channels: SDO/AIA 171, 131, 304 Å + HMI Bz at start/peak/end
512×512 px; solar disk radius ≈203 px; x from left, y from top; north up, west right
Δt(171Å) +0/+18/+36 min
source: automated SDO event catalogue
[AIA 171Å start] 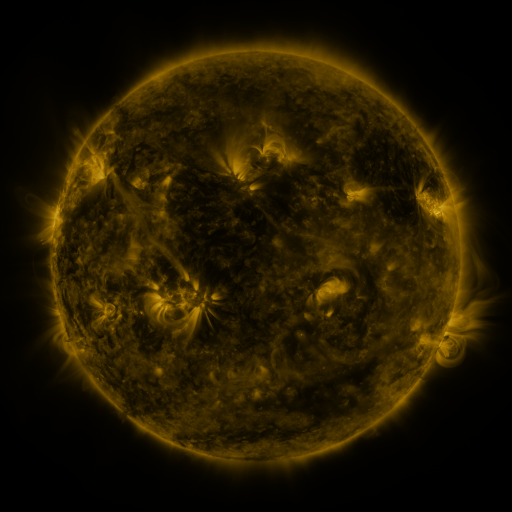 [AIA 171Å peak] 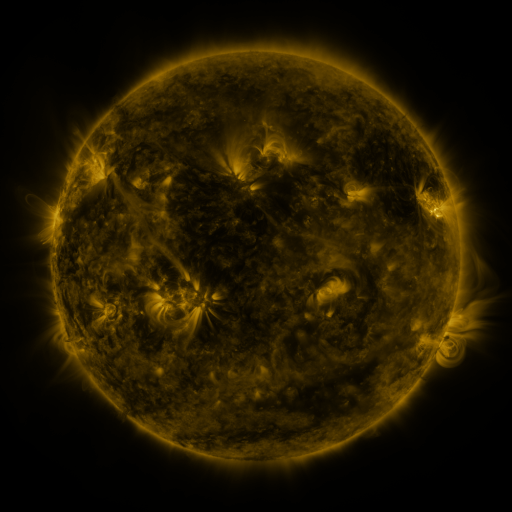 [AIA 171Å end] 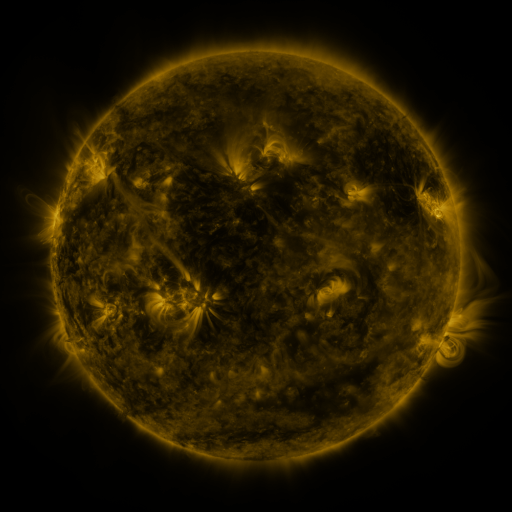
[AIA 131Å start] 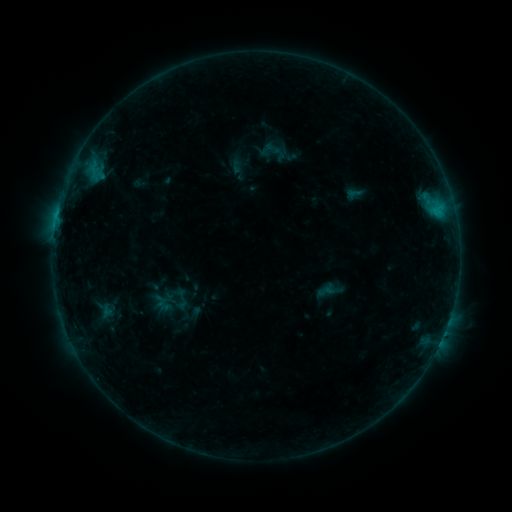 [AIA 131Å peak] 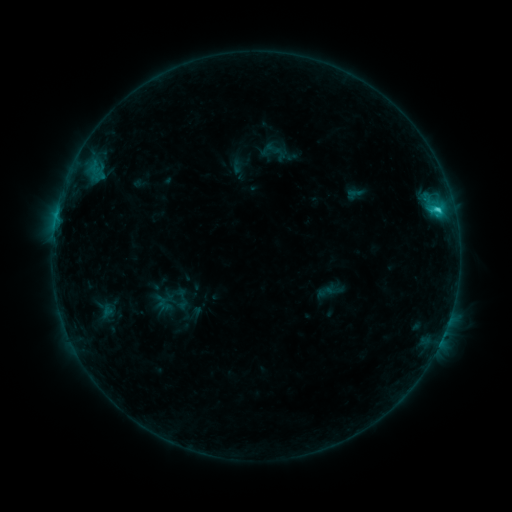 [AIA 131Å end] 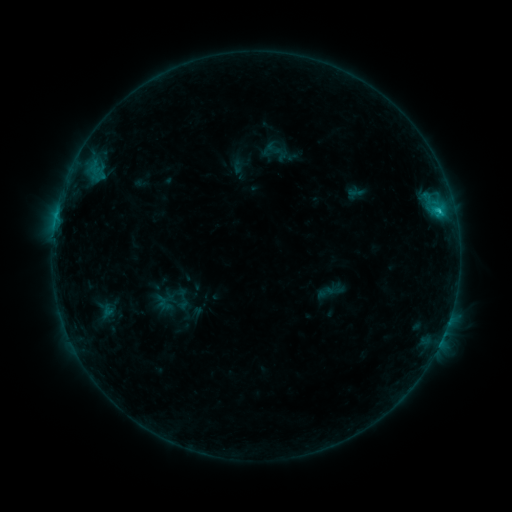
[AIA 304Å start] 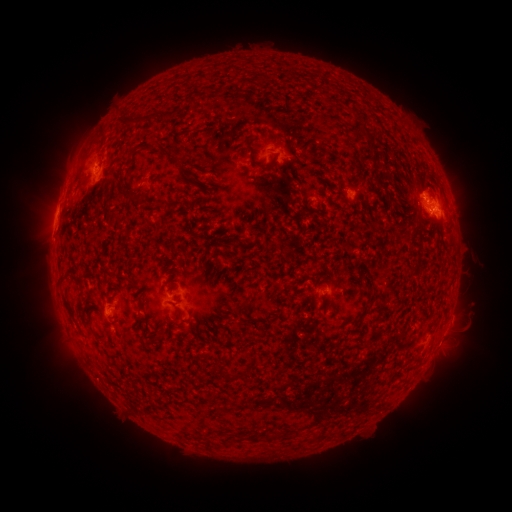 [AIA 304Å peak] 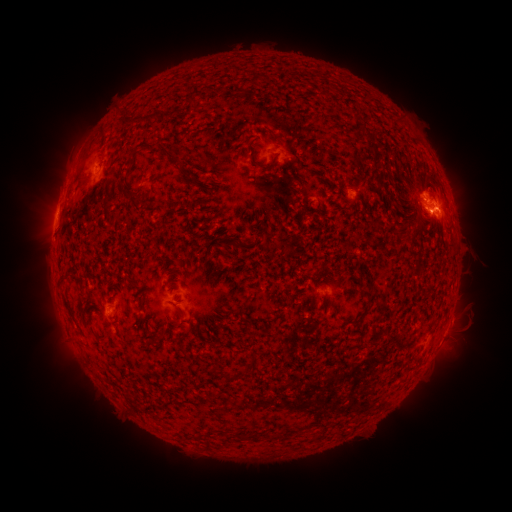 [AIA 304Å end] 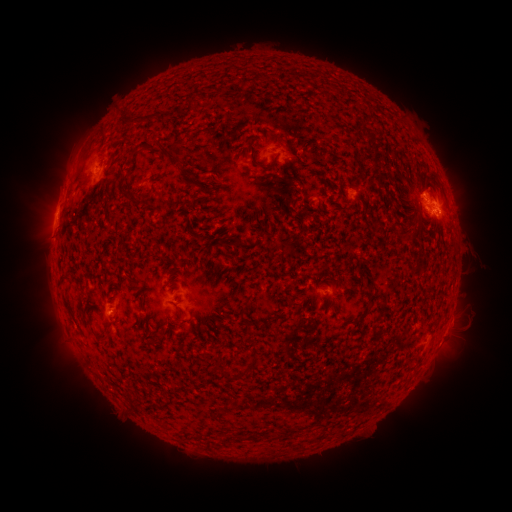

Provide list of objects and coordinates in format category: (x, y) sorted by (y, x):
C1.6 flare: (437, 210)
